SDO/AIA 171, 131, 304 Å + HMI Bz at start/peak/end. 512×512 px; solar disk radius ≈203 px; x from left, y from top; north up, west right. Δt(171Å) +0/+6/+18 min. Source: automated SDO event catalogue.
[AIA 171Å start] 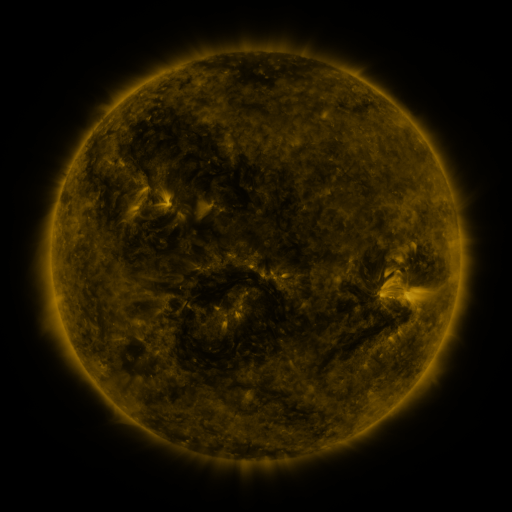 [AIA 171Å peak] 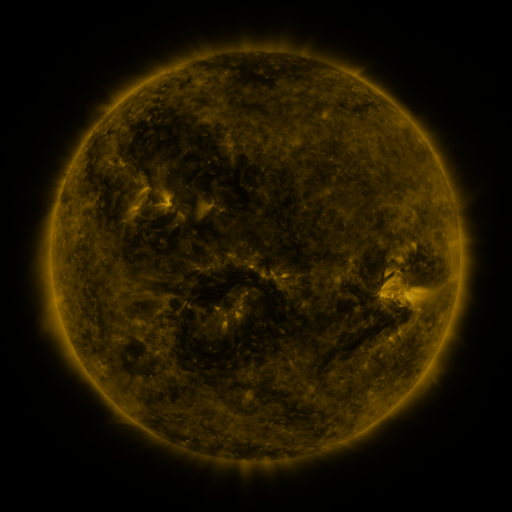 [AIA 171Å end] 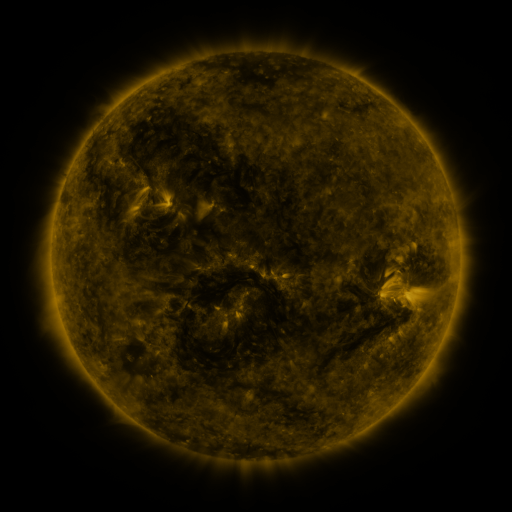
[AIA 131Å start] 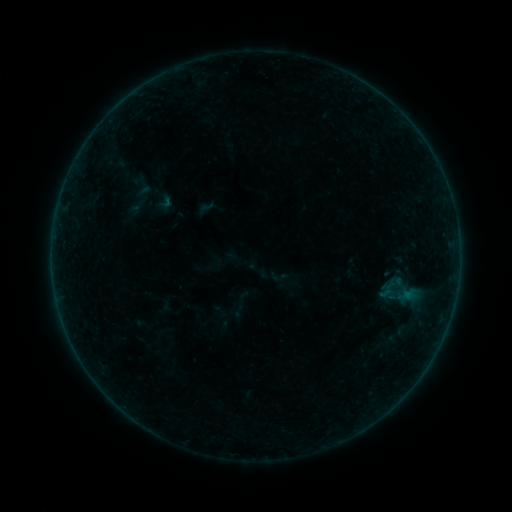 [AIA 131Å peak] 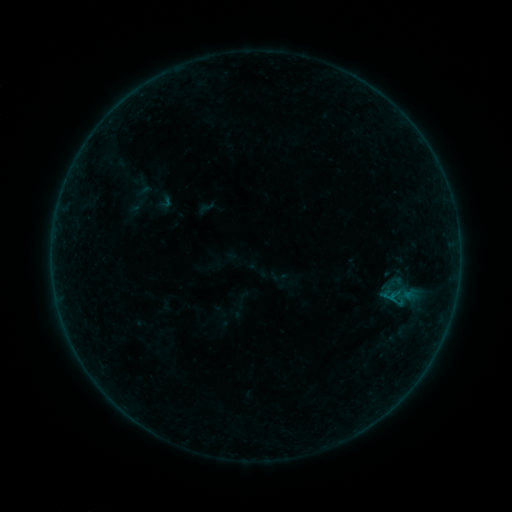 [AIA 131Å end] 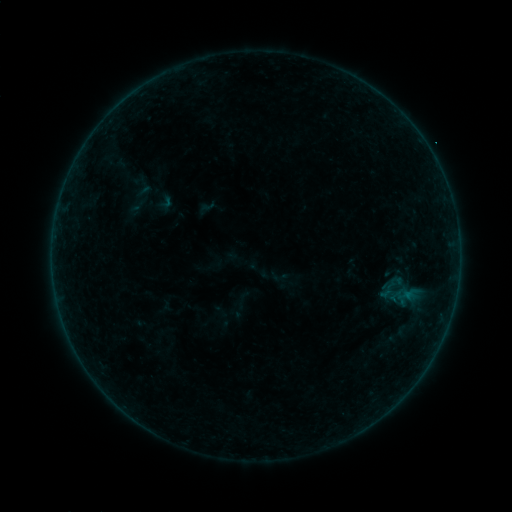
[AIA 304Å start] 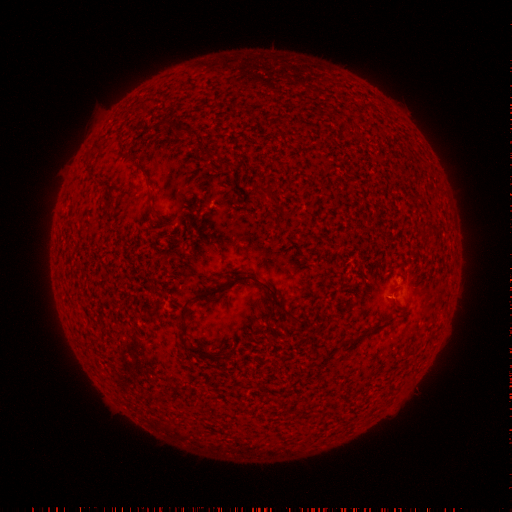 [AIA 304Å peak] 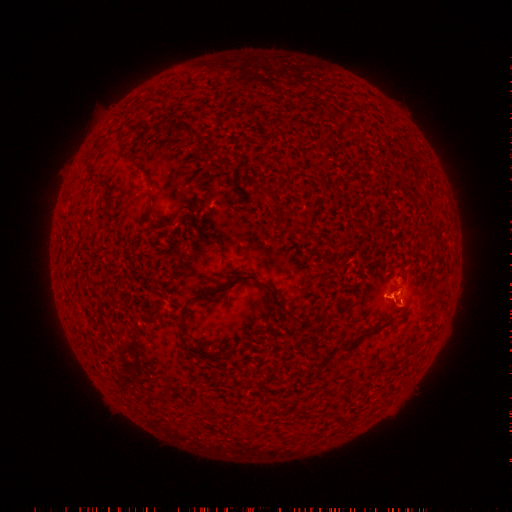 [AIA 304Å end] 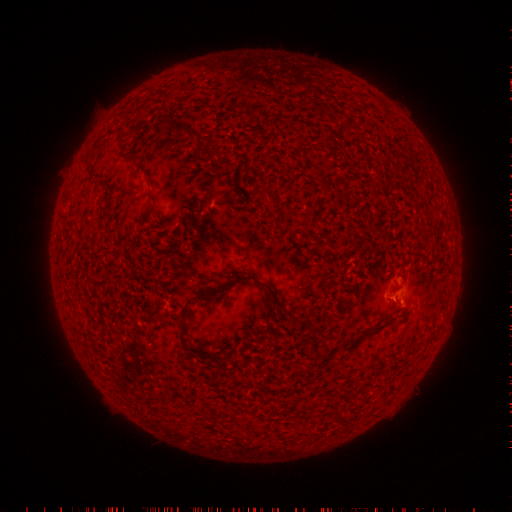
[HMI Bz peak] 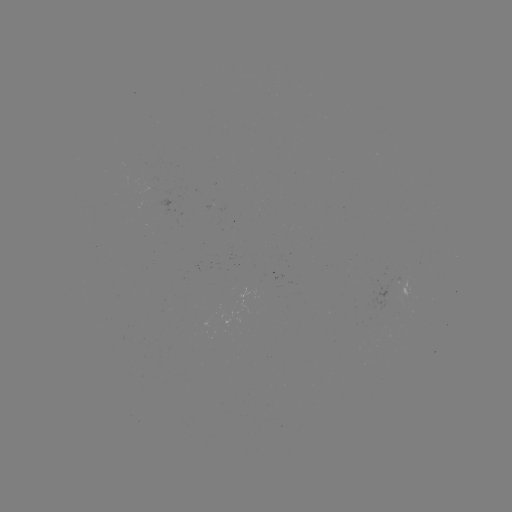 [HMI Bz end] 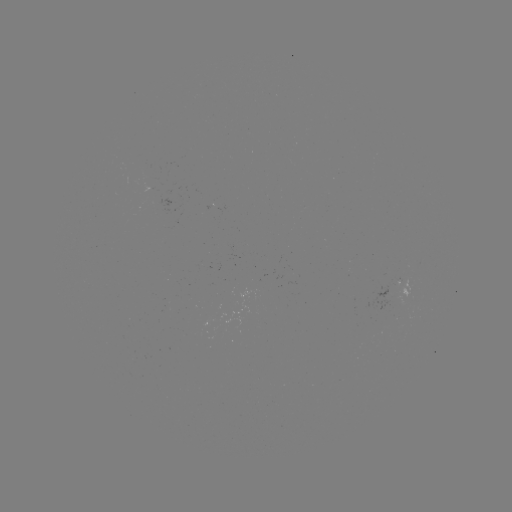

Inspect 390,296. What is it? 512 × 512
B1.7 flare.